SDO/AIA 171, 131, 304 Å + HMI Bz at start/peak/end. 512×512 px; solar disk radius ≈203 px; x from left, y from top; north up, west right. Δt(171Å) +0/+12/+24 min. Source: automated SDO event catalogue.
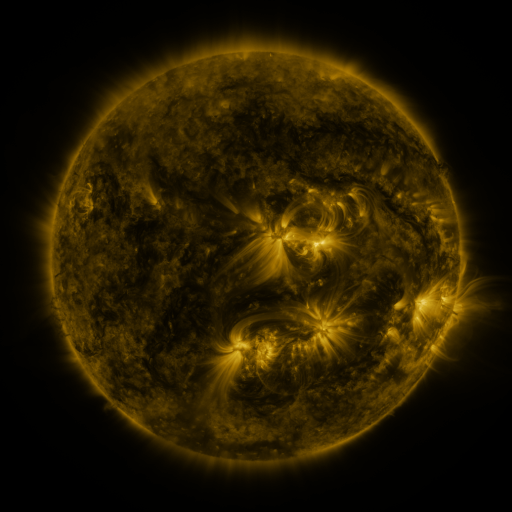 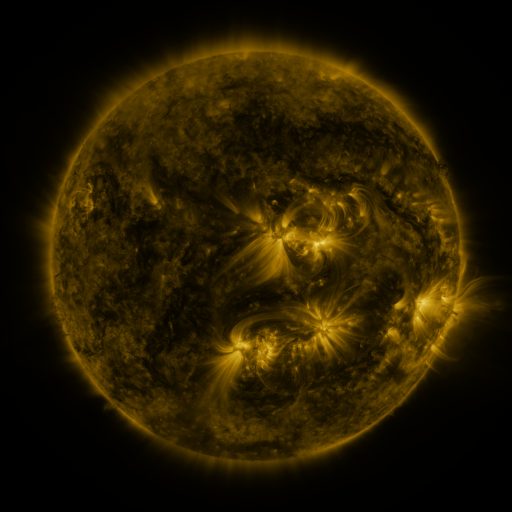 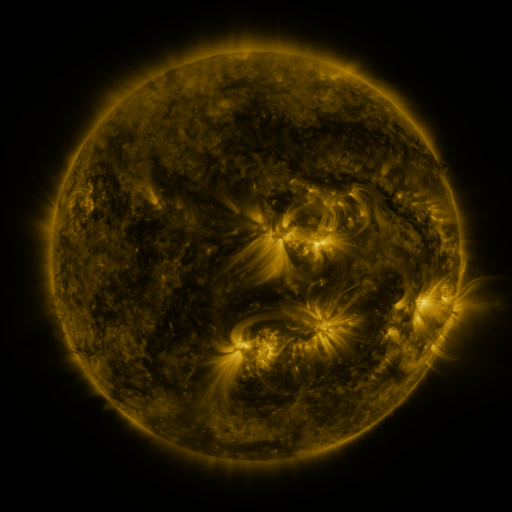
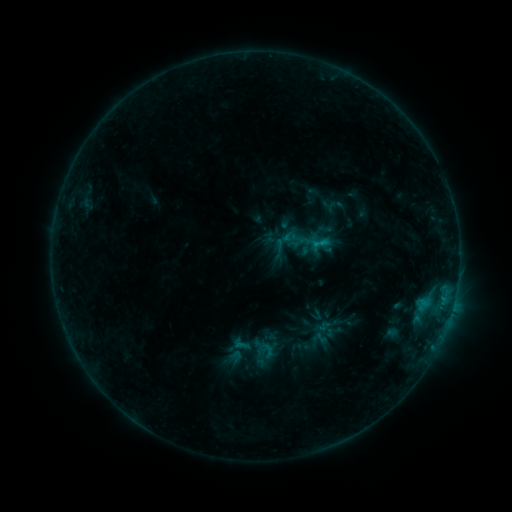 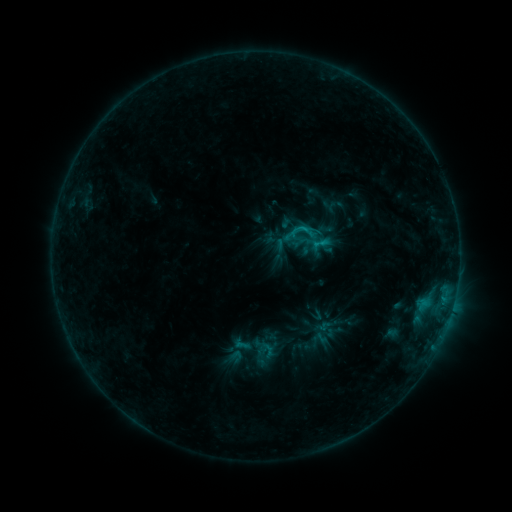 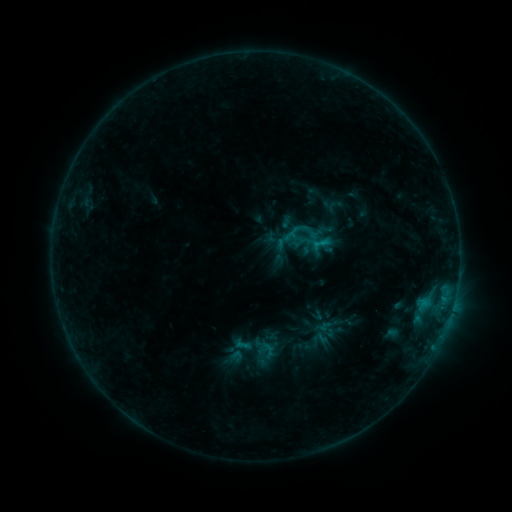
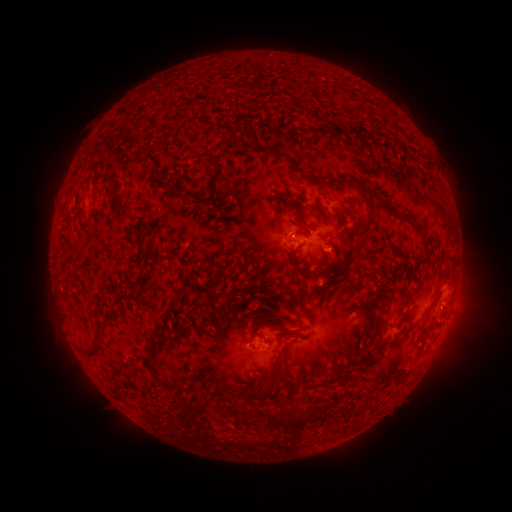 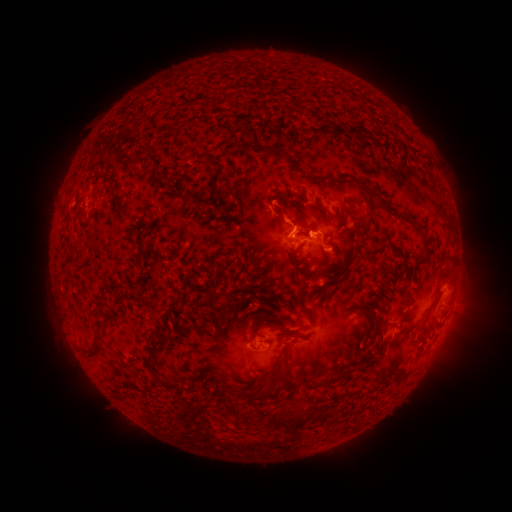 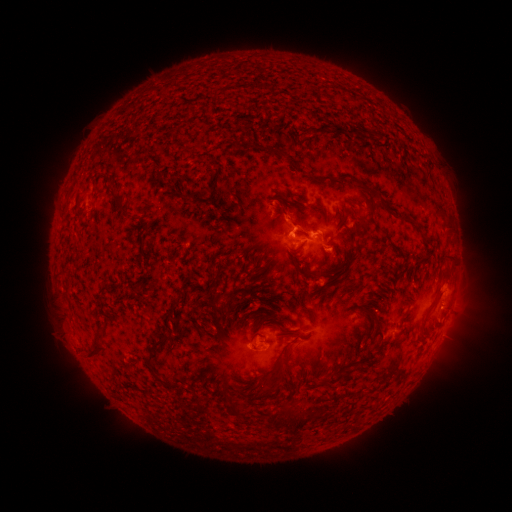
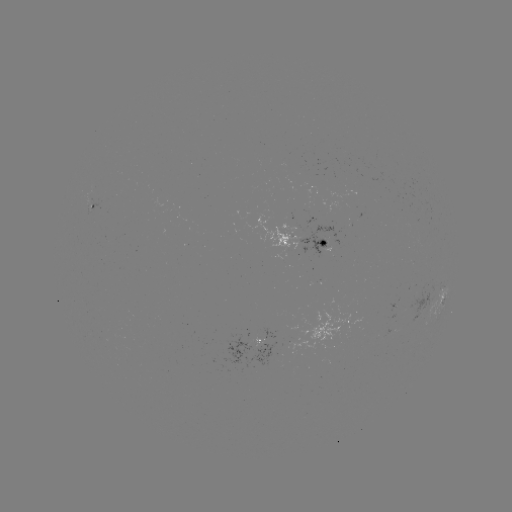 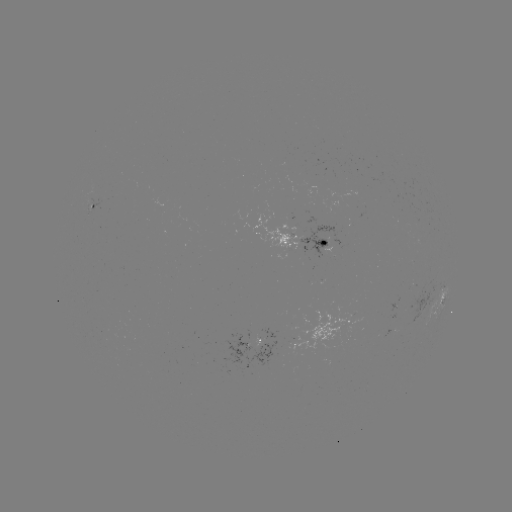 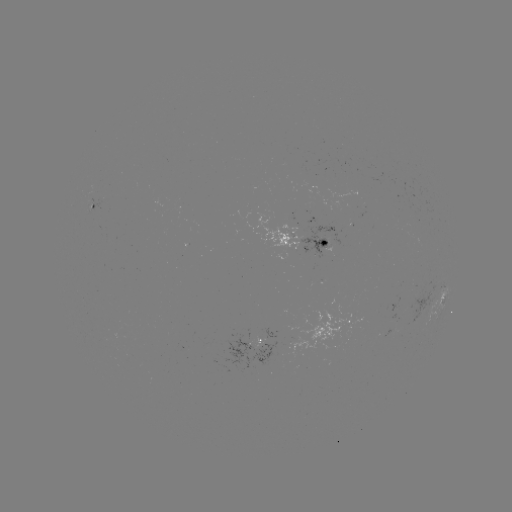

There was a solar flare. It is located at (304, 231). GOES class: B7.7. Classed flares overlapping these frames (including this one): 1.